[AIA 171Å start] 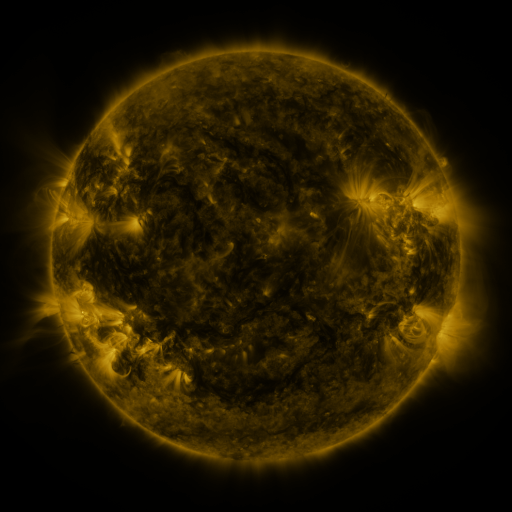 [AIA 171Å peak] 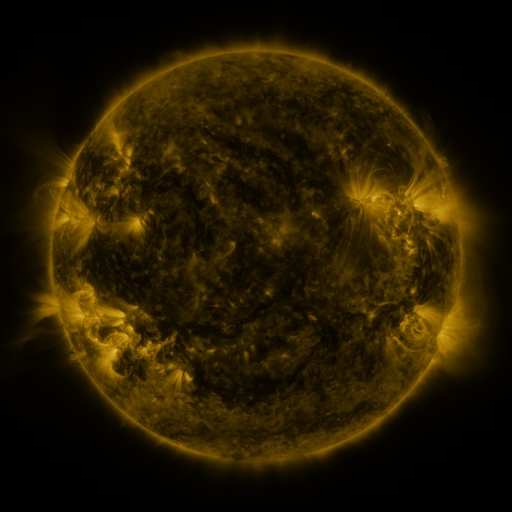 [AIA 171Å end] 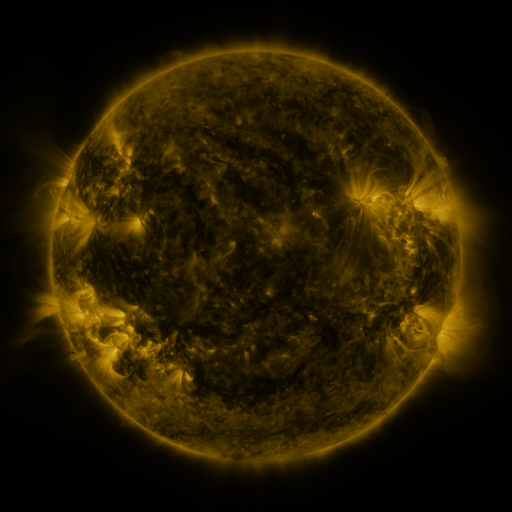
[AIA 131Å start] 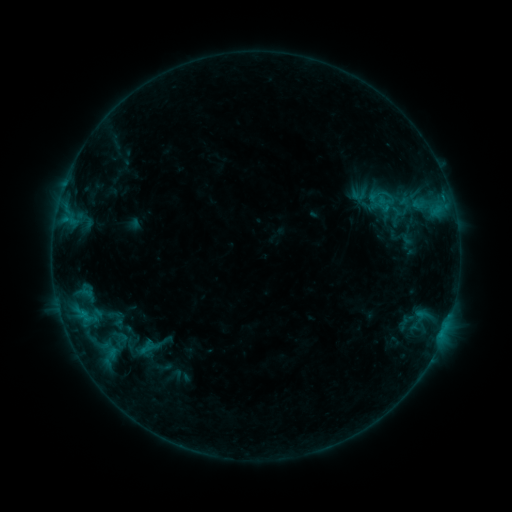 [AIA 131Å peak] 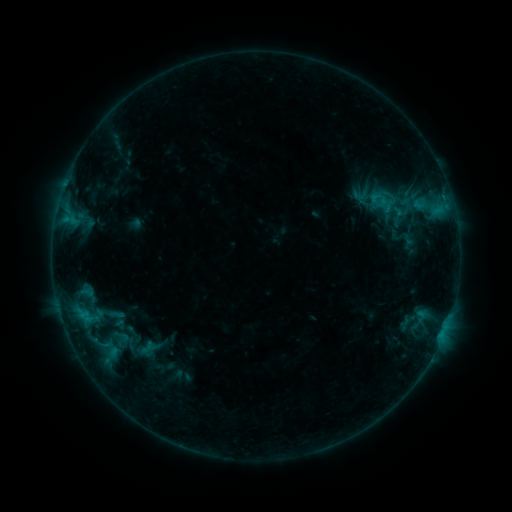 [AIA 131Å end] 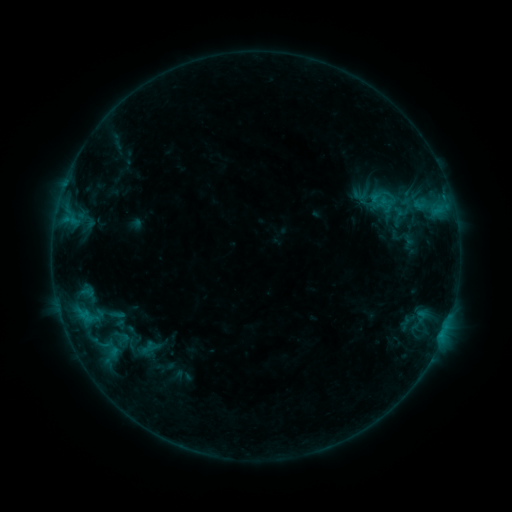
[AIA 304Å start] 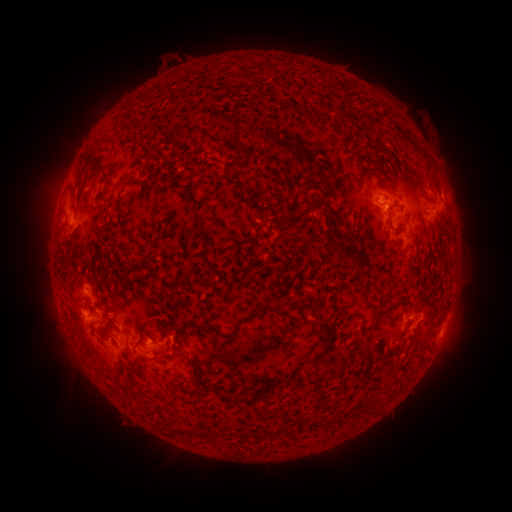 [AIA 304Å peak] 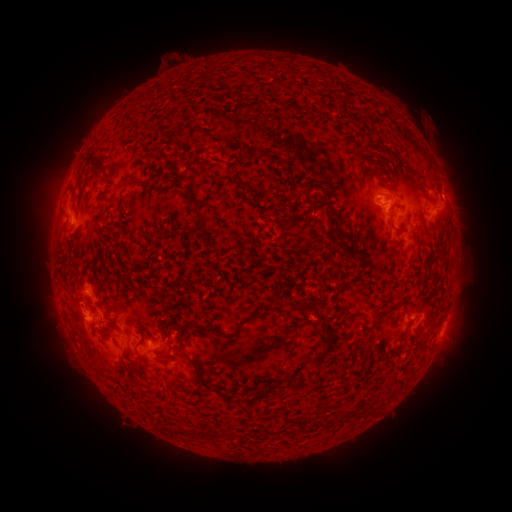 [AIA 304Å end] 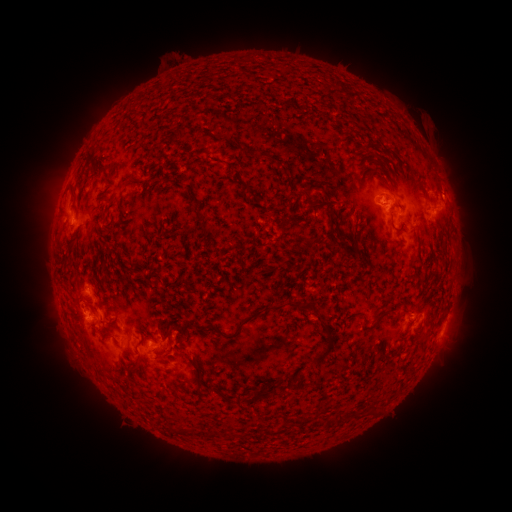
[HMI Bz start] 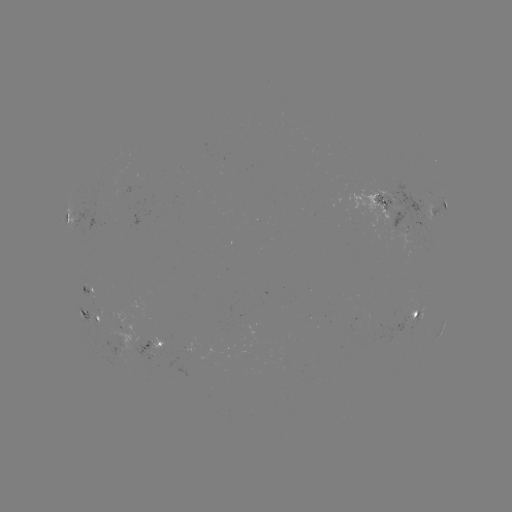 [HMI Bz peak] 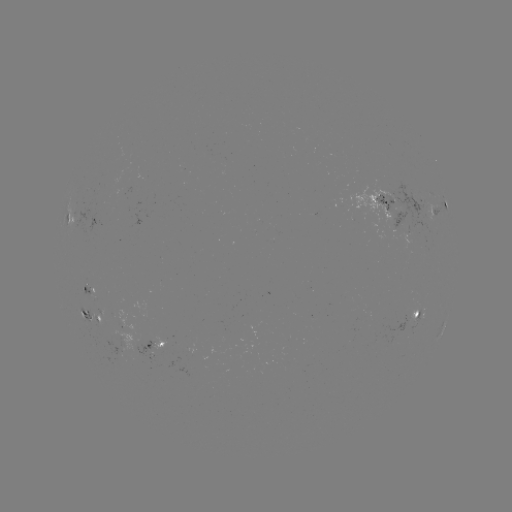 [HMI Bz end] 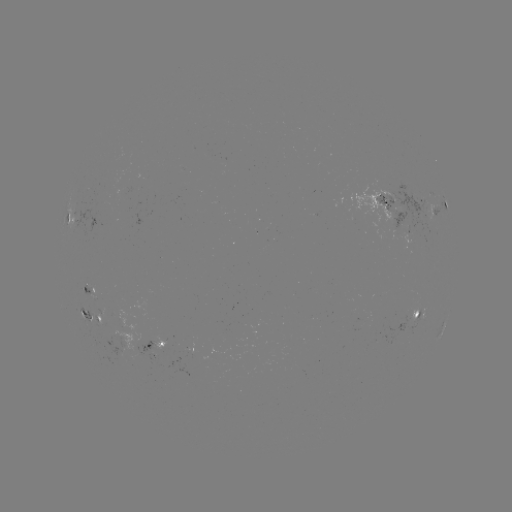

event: emerging-flux region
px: (90, 316)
